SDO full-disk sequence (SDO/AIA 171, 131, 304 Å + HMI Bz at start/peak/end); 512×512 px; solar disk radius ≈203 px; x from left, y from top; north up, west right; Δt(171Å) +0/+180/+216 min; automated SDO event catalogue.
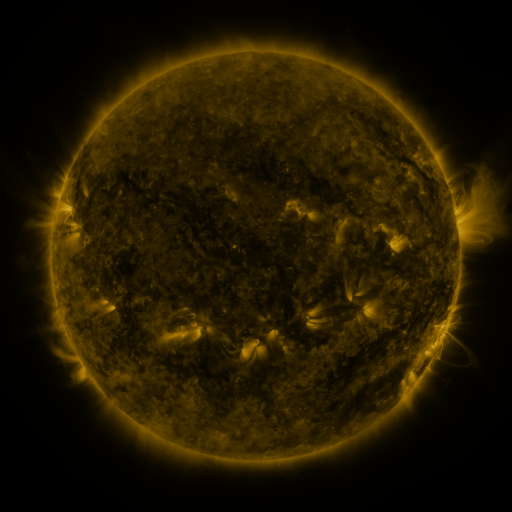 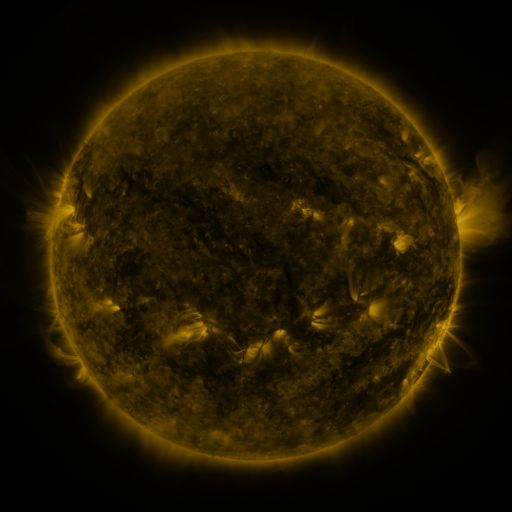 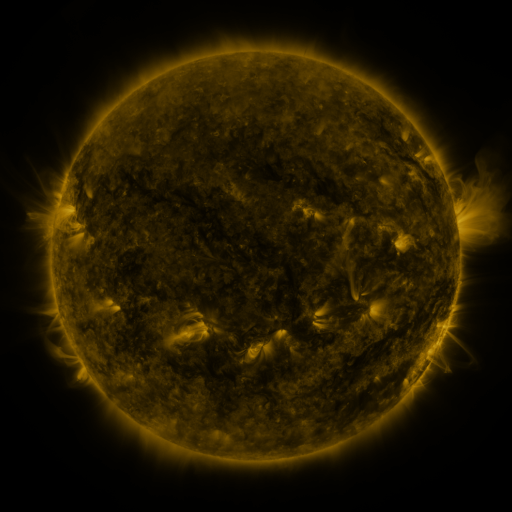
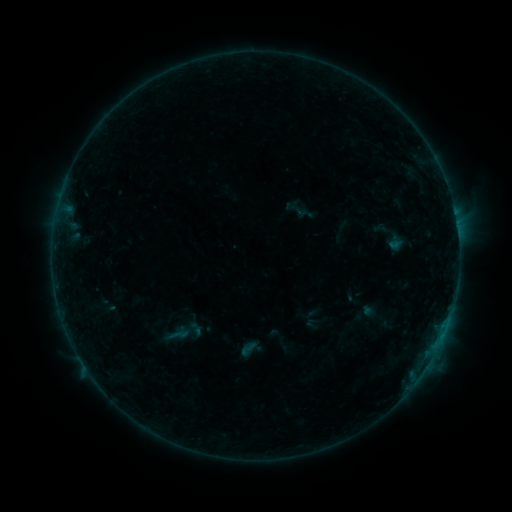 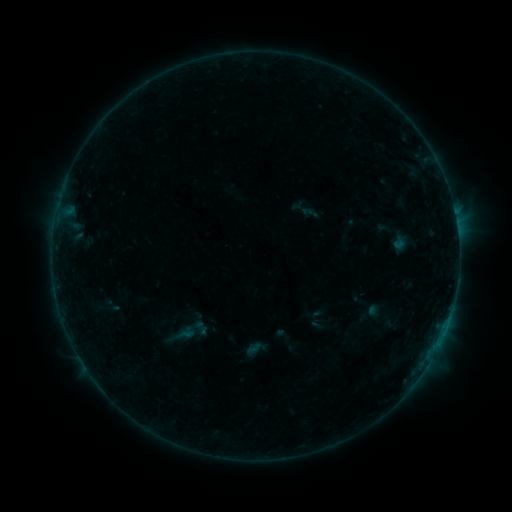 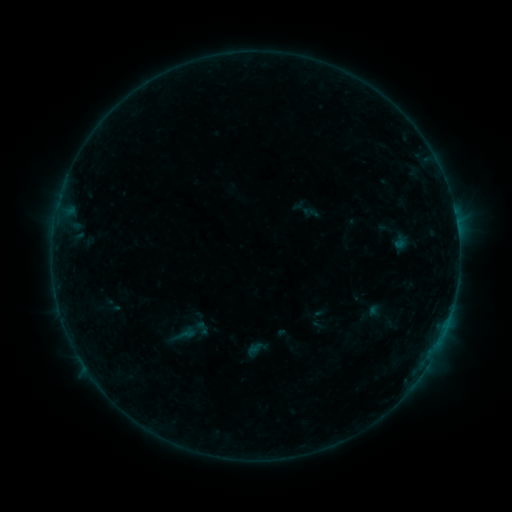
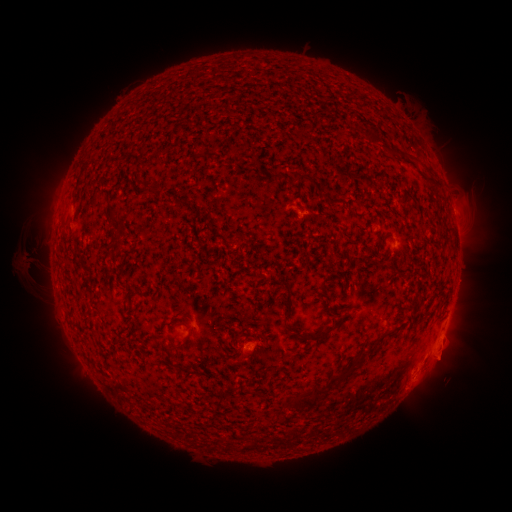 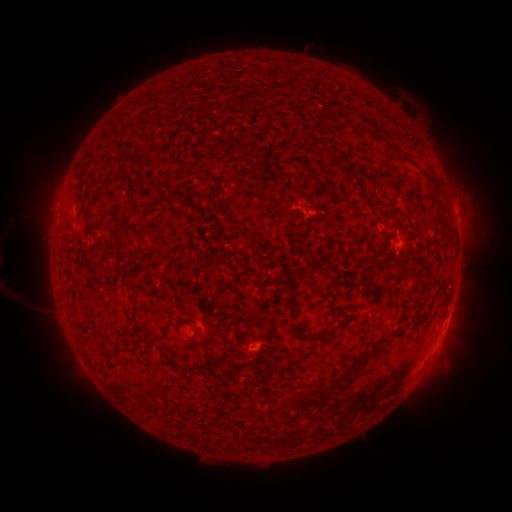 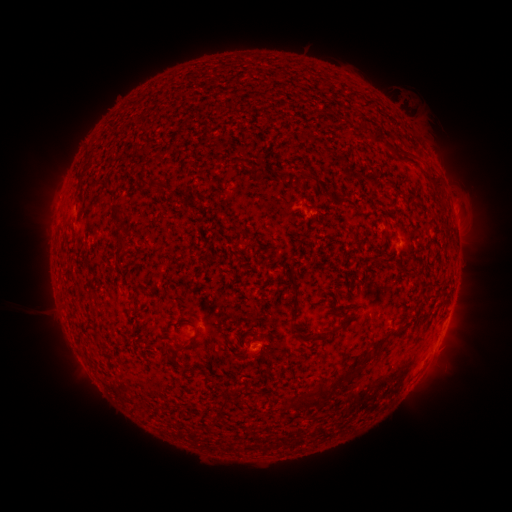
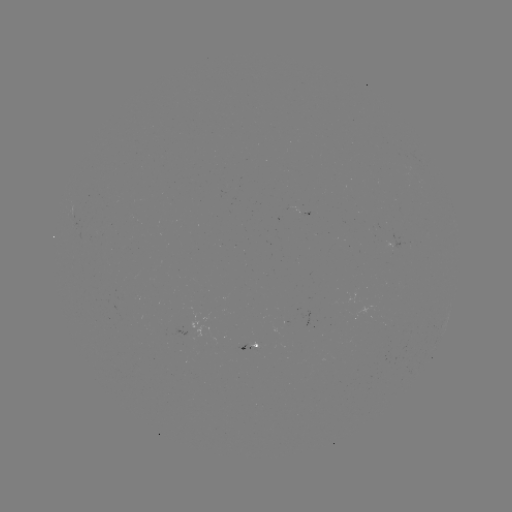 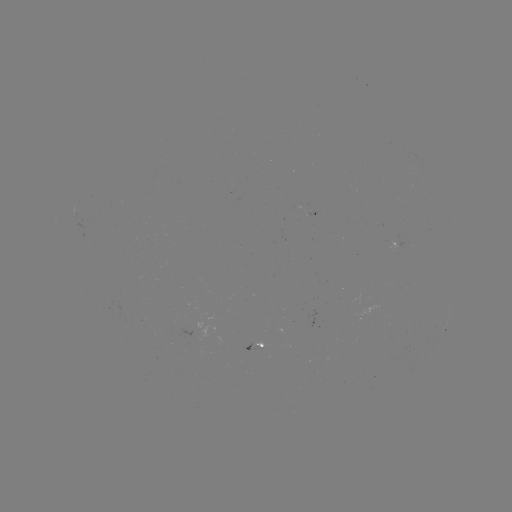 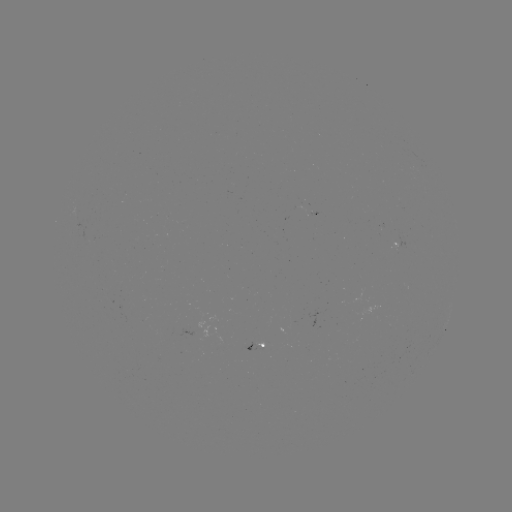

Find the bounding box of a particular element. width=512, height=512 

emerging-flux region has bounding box [305, 210, 316, 216].